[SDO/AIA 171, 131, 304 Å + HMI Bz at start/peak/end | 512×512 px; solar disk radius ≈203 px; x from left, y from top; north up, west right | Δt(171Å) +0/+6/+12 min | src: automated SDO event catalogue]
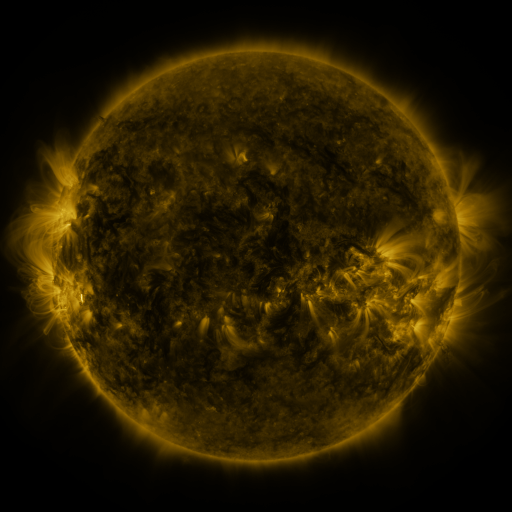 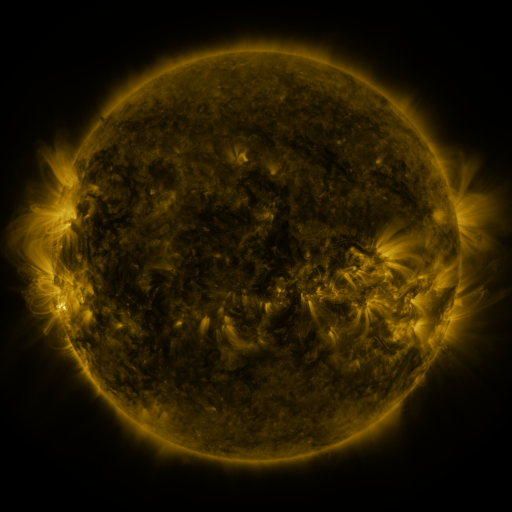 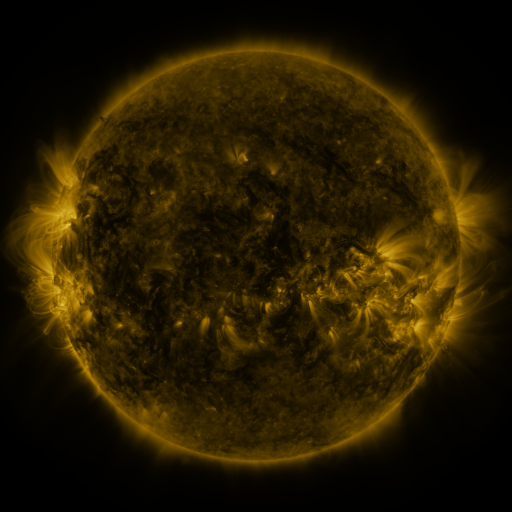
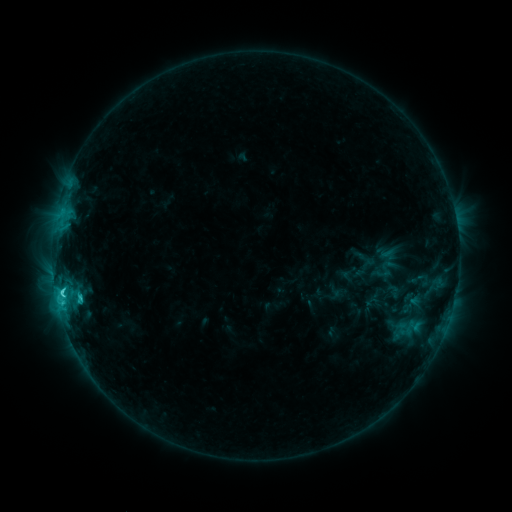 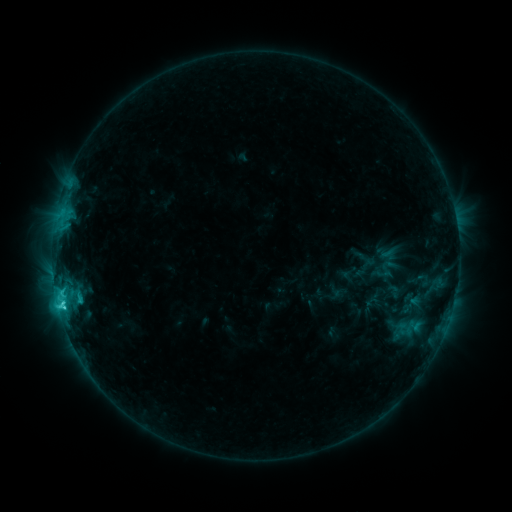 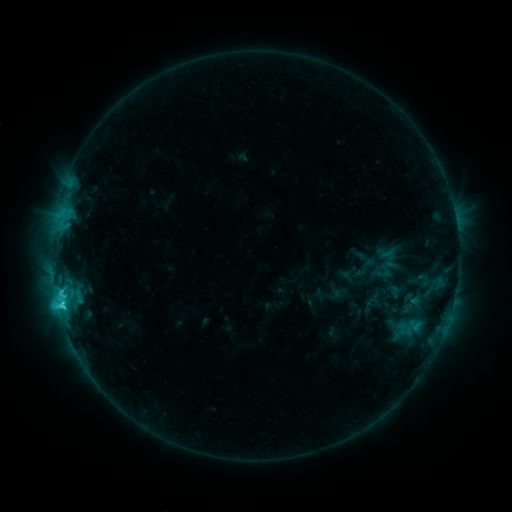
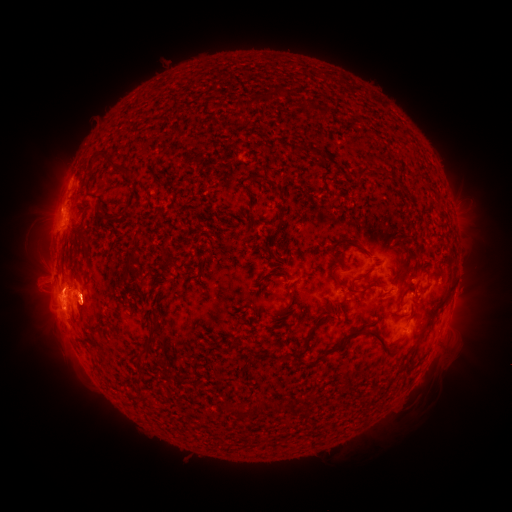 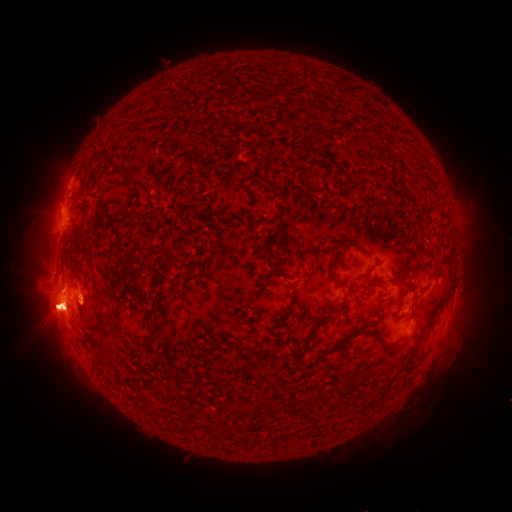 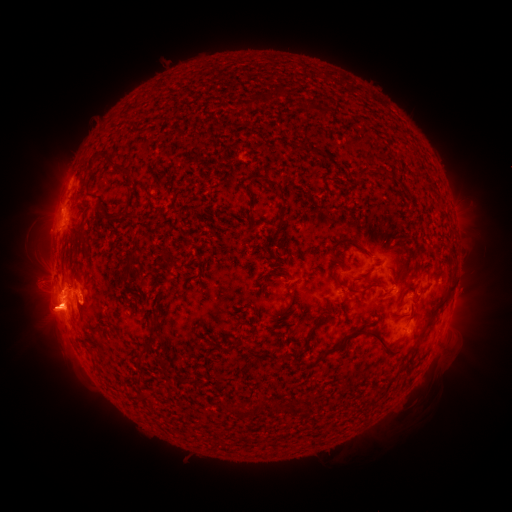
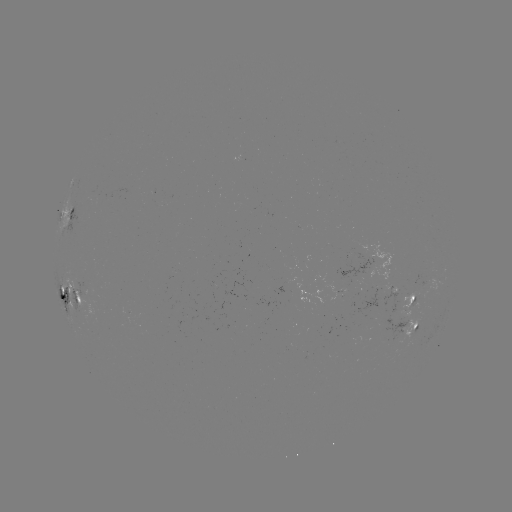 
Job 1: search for eruption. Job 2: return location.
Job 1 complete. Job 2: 51,361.